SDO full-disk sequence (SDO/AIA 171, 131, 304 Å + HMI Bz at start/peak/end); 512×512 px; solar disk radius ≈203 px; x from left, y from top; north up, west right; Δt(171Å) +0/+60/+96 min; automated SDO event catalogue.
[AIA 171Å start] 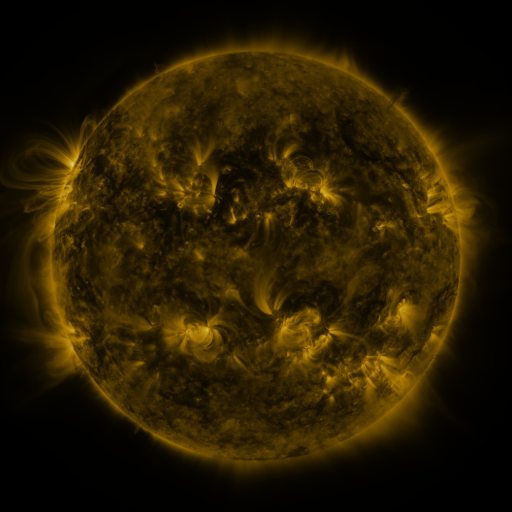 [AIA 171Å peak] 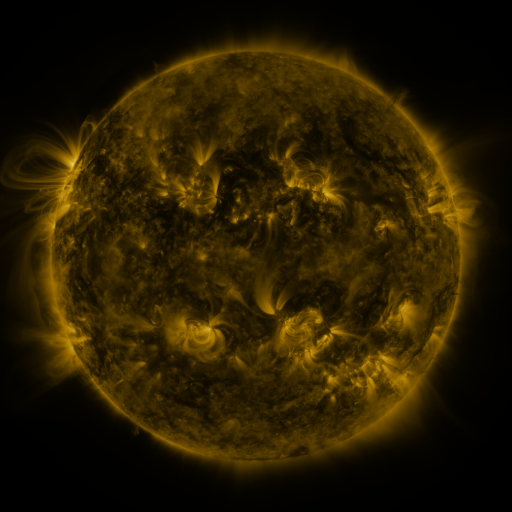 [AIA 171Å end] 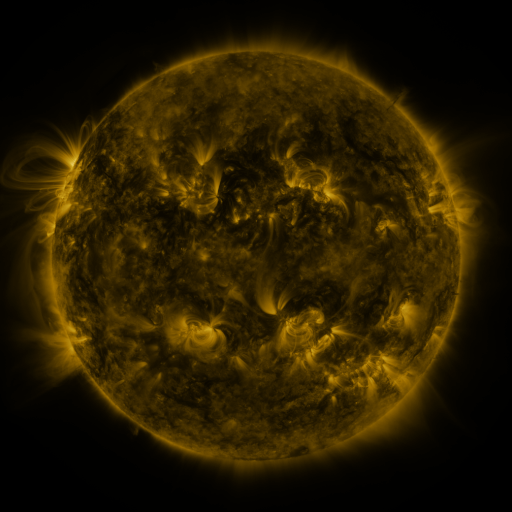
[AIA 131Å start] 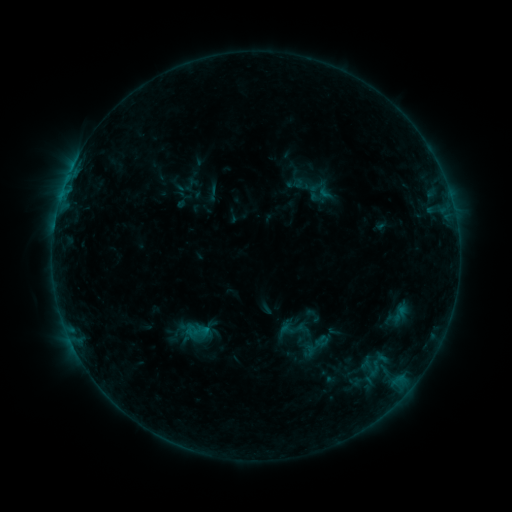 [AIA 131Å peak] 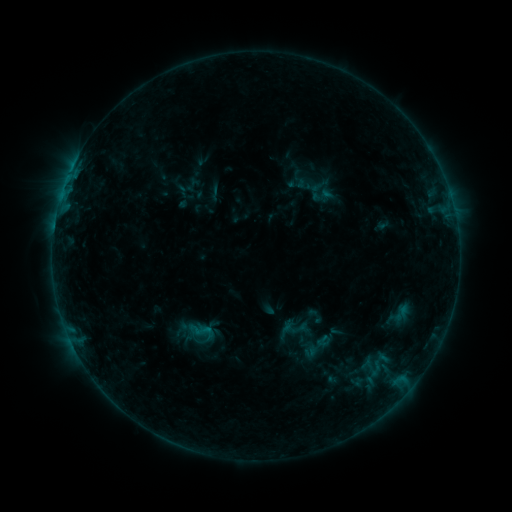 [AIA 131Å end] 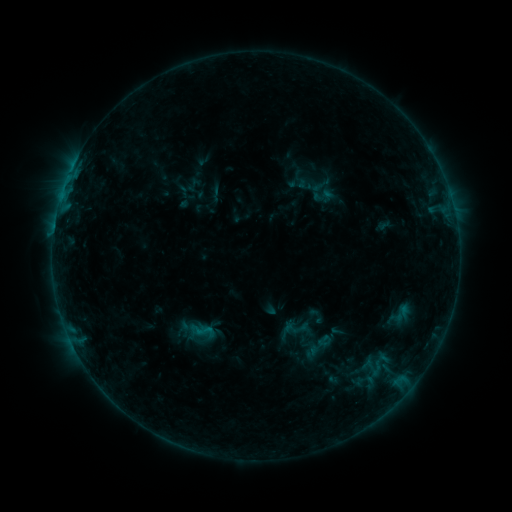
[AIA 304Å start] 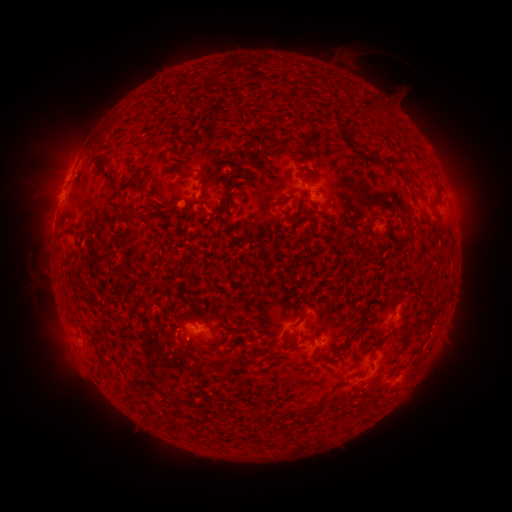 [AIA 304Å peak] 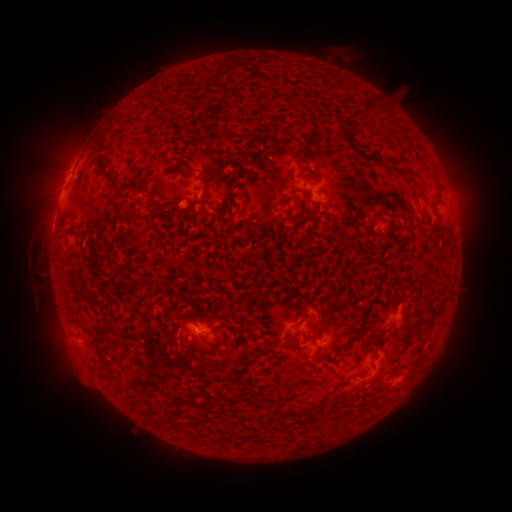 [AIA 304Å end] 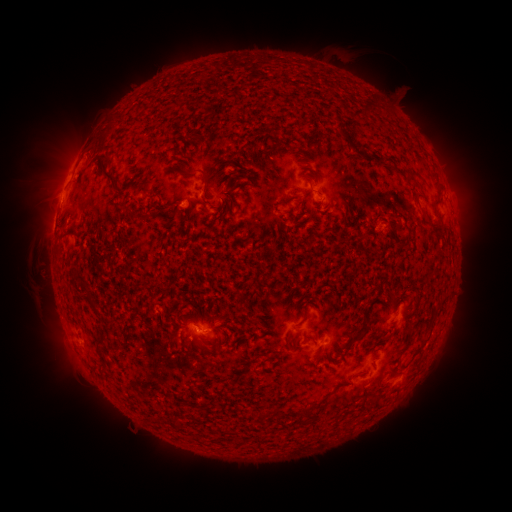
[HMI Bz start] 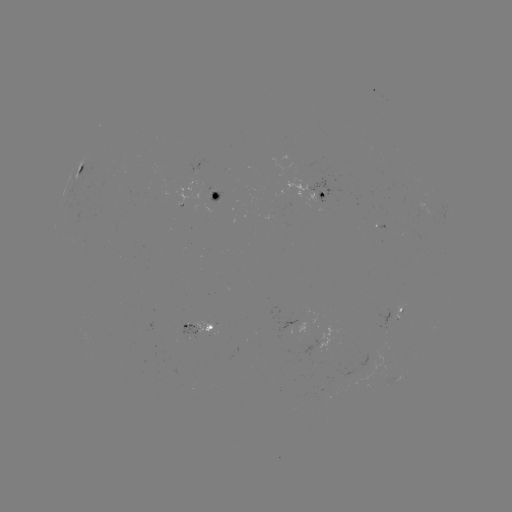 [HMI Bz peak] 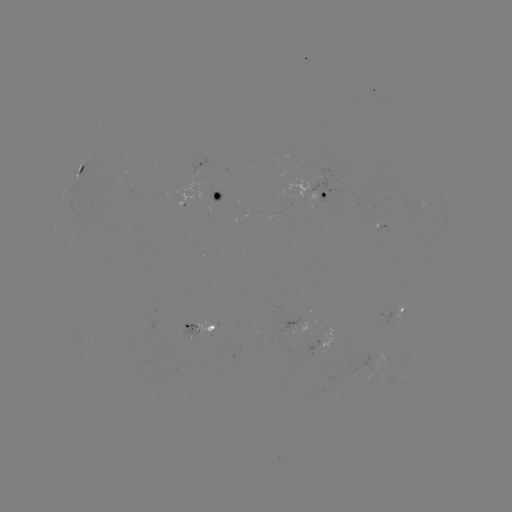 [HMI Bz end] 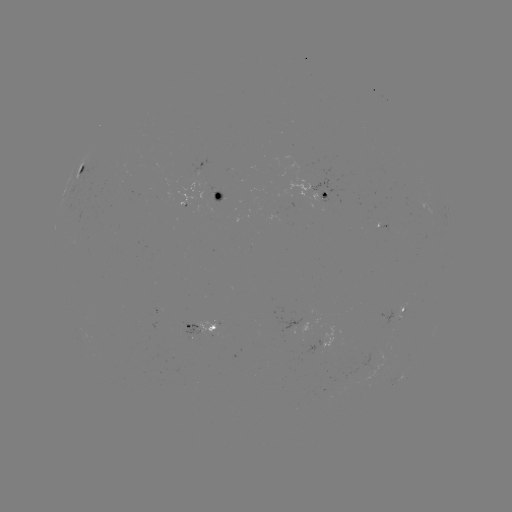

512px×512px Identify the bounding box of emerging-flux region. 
[207, 185, 220, 203].